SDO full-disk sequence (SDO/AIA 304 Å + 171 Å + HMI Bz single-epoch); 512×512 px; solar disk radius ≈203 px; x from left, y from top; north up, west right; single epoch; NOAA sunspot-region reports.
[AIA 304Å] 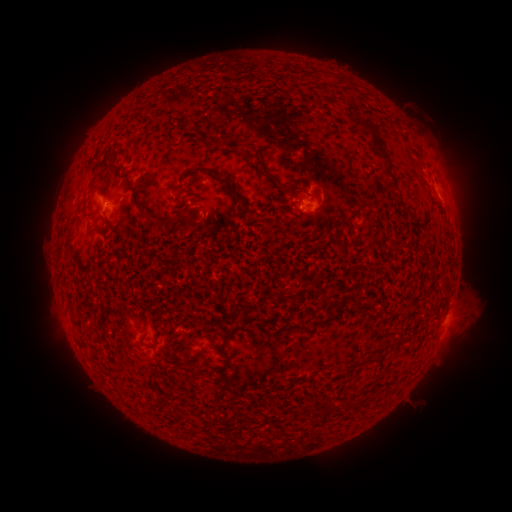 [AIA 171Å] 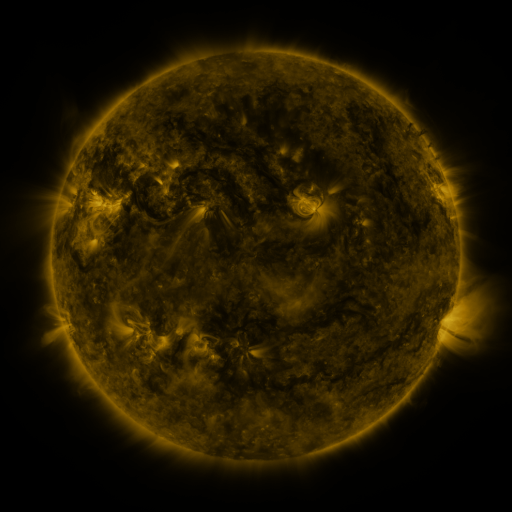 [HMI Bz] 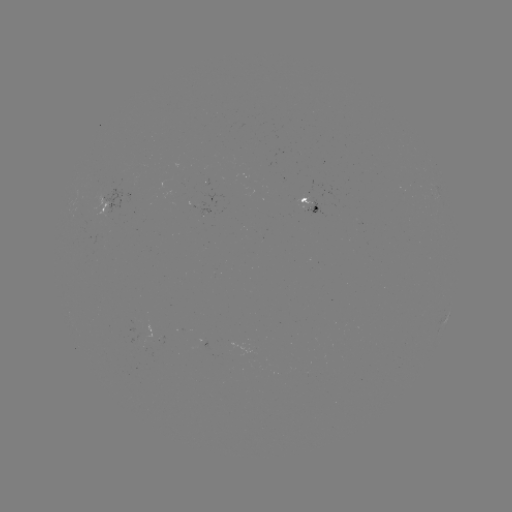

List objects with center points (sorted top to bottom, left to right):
spotted active region: (105, 205)
spotted active region: (313, 205)
spotted active region: (446, 320)
